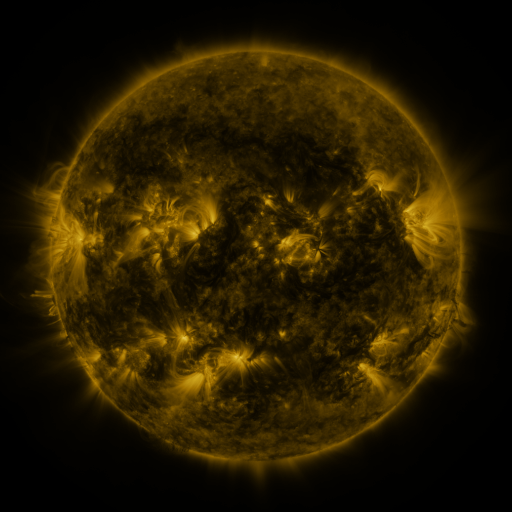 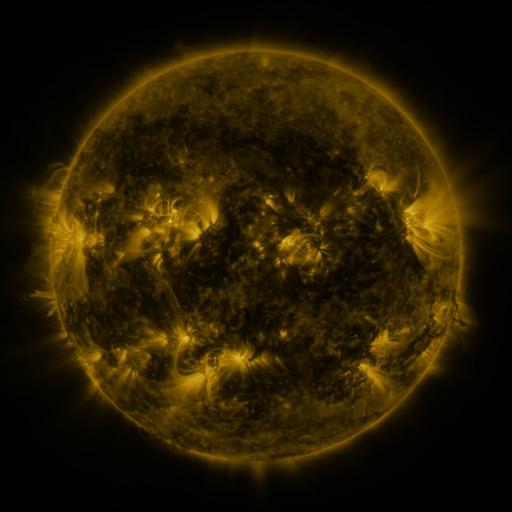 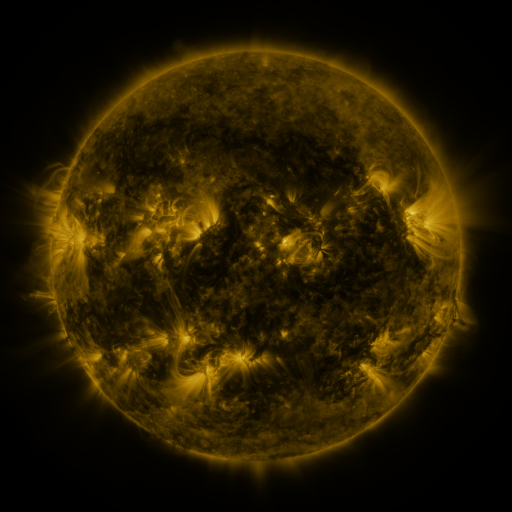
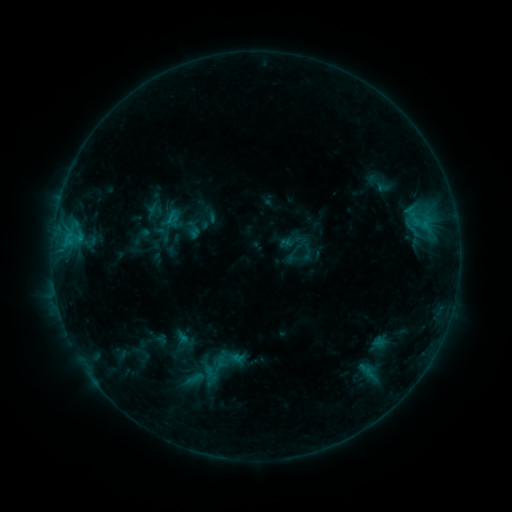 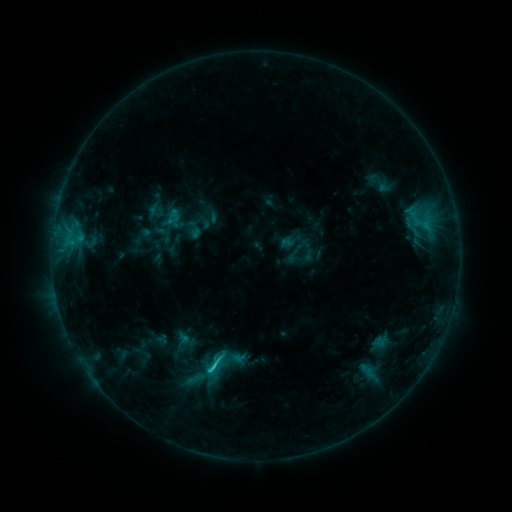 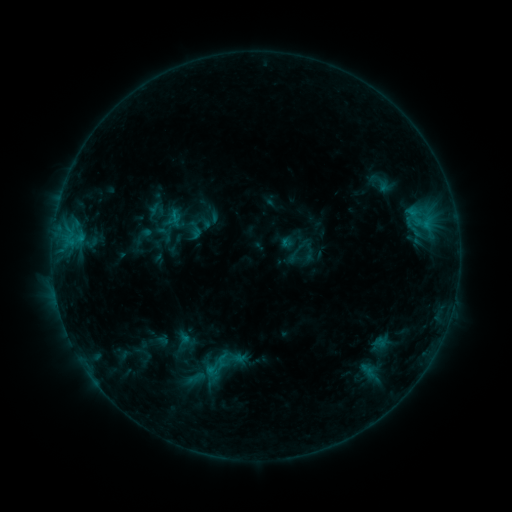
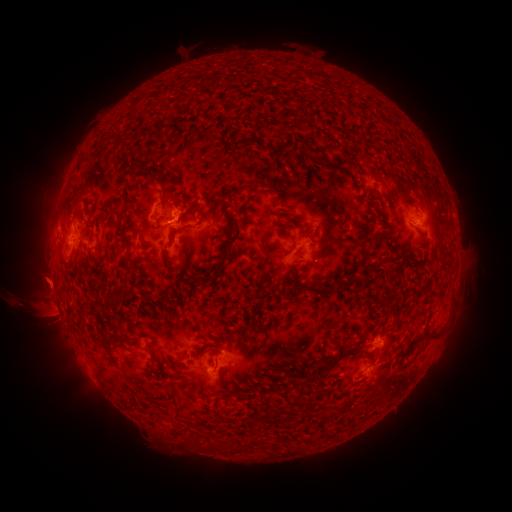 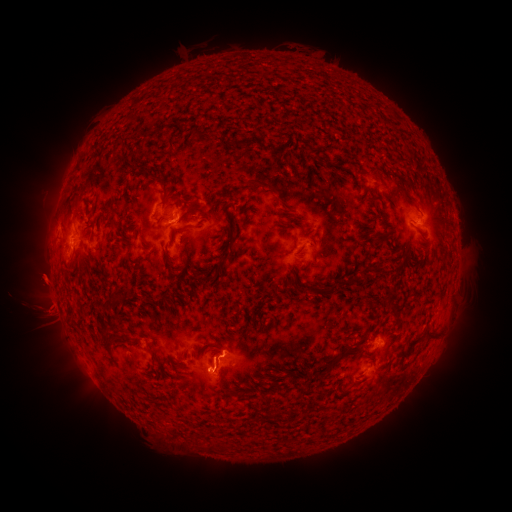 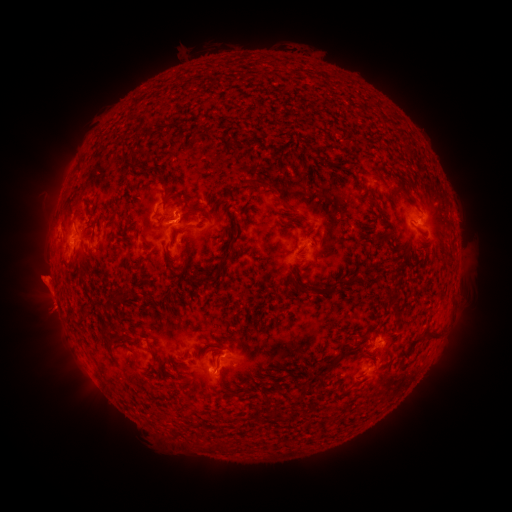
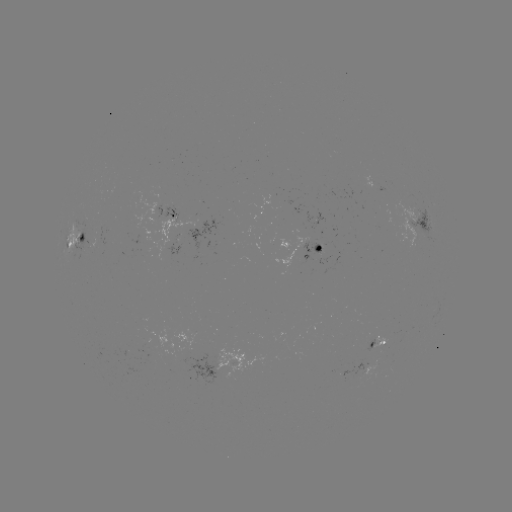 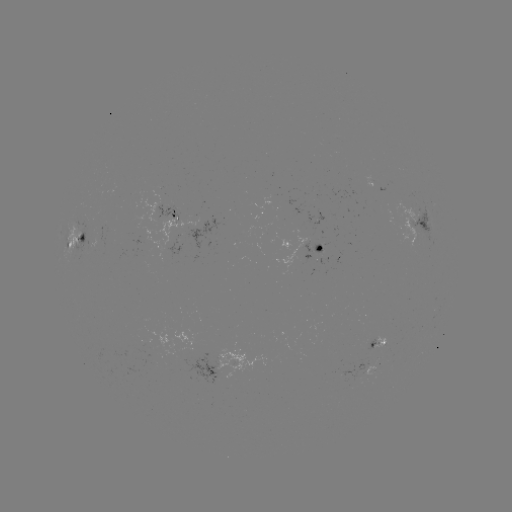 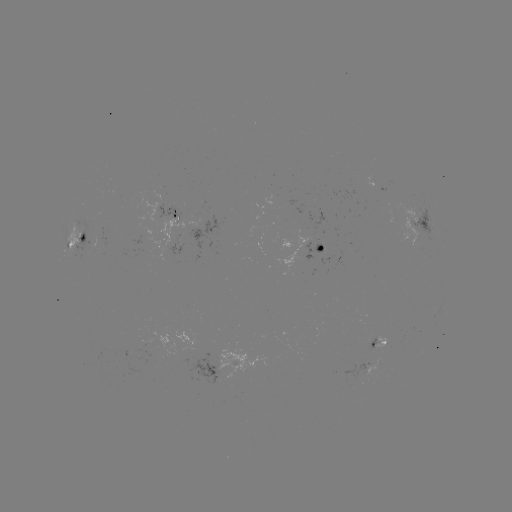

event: eruption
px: (39, 285)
